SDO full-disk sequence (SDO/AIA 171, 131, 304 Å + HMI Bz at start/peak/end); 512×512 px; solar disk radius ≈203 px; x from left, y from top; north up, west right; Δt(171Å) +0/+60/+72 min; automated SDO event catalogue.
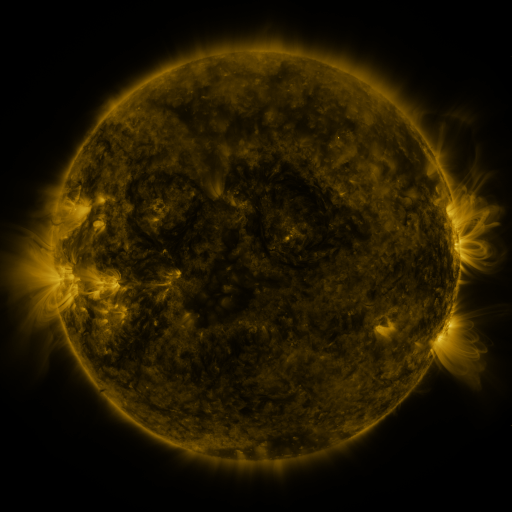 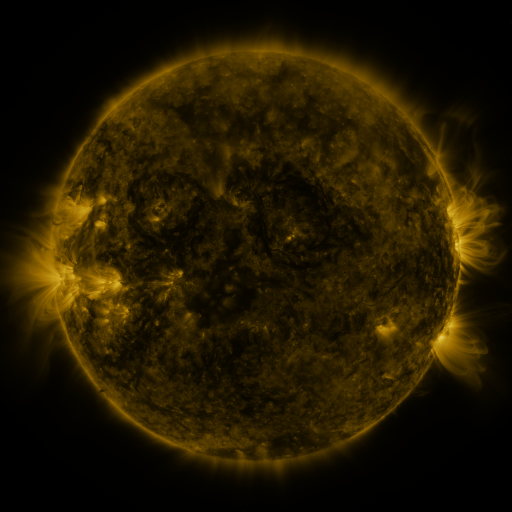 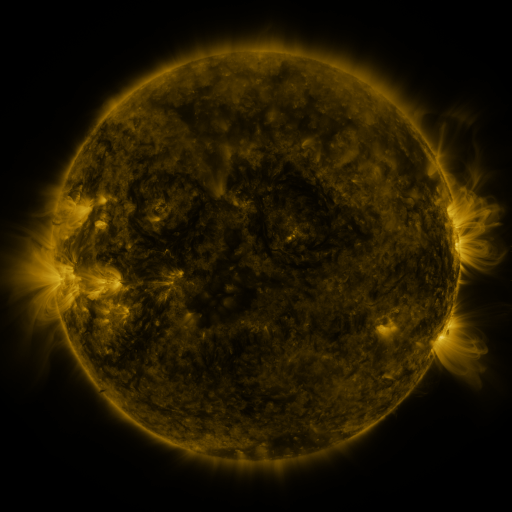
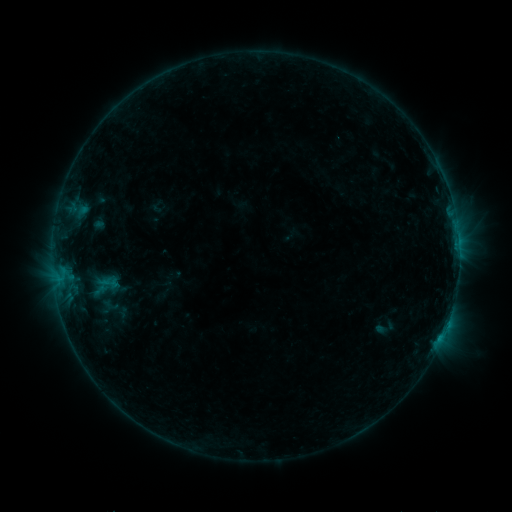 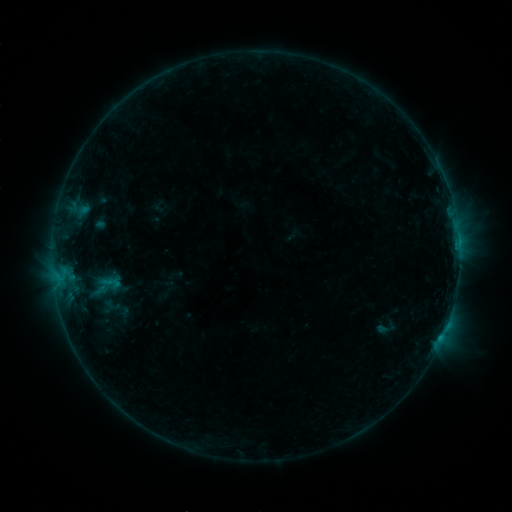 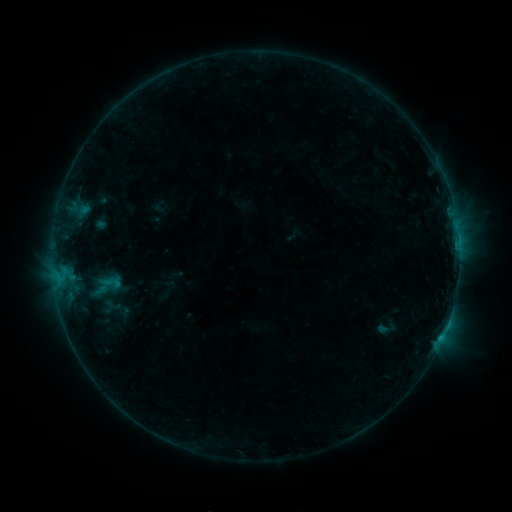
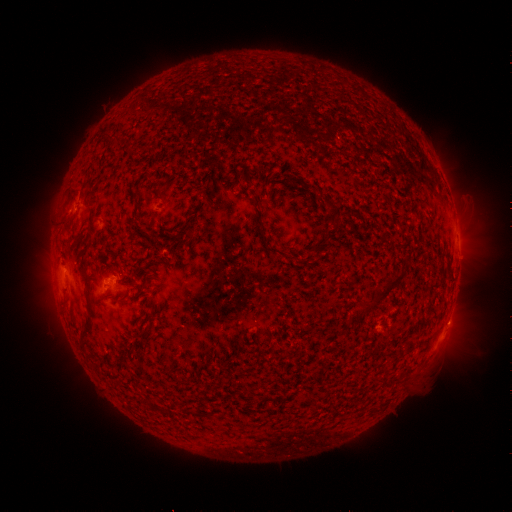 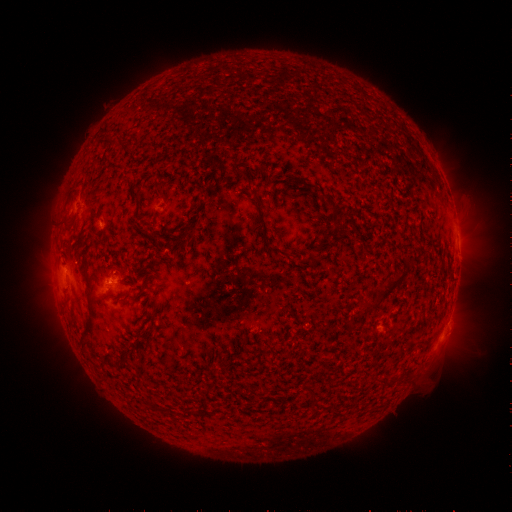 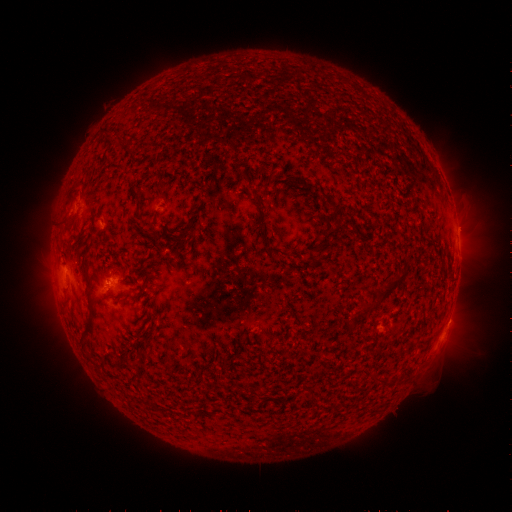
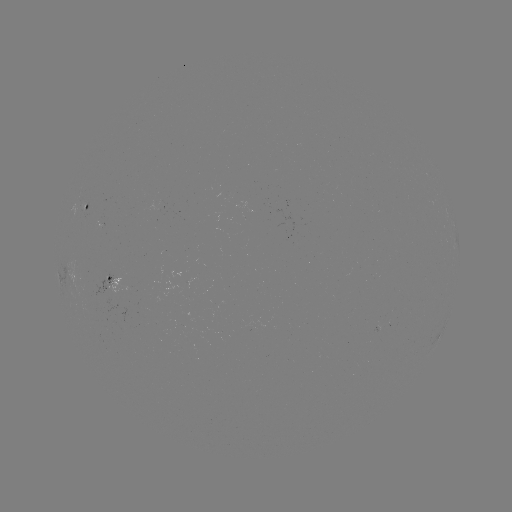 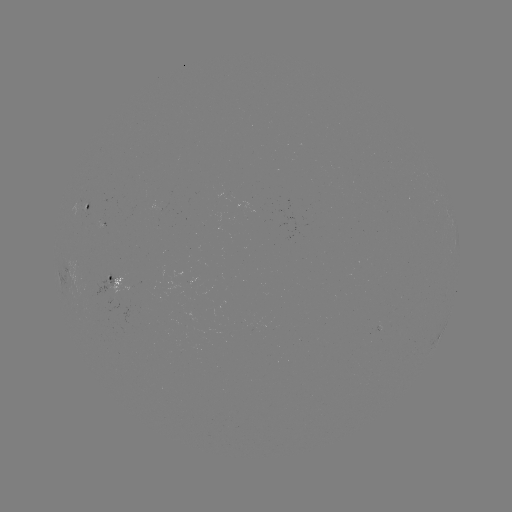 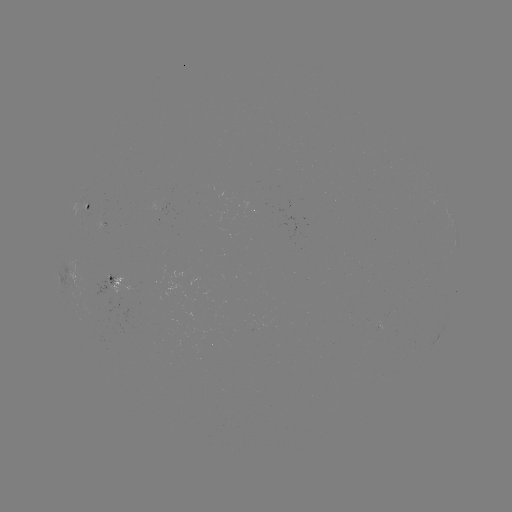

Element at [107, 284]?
emerging-flux region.